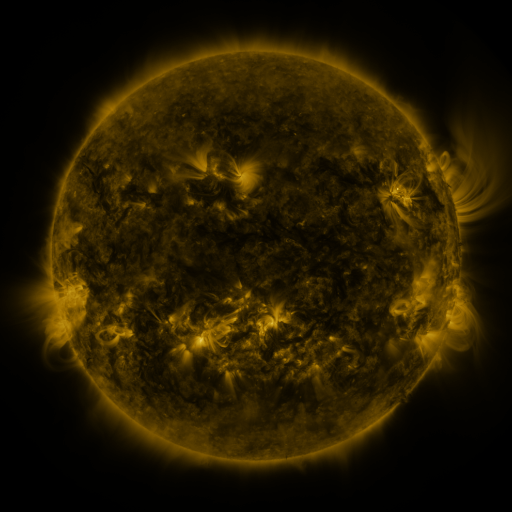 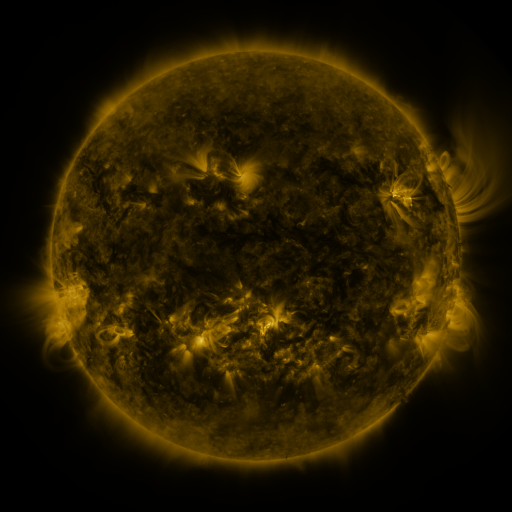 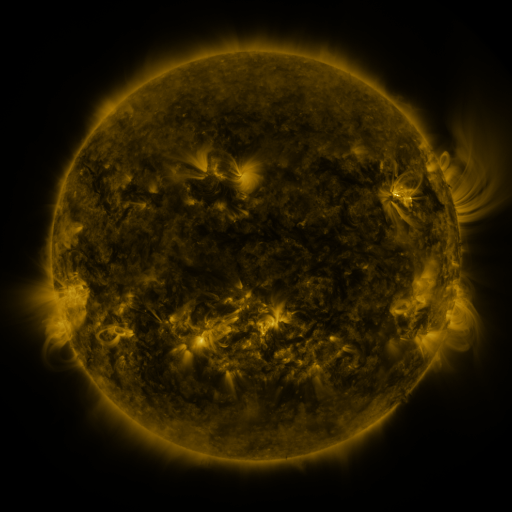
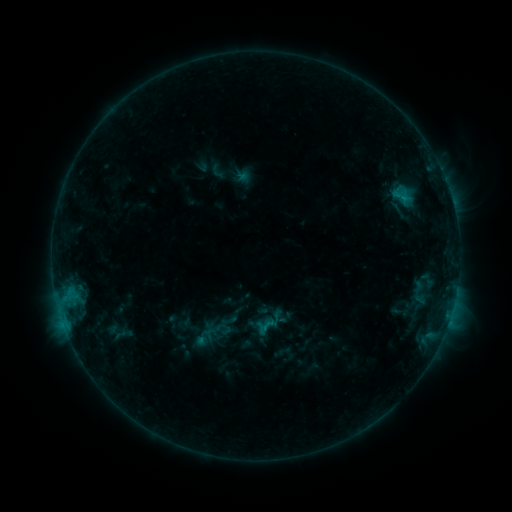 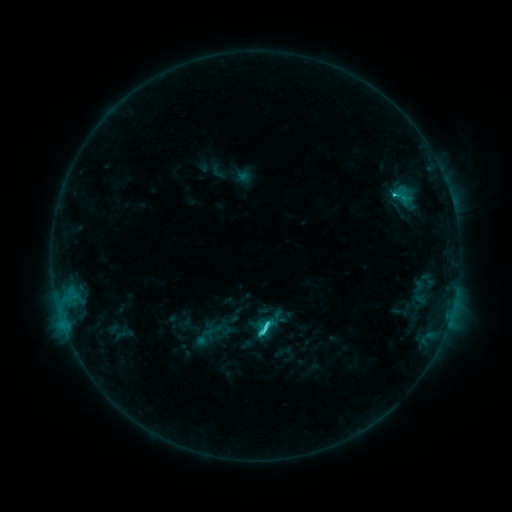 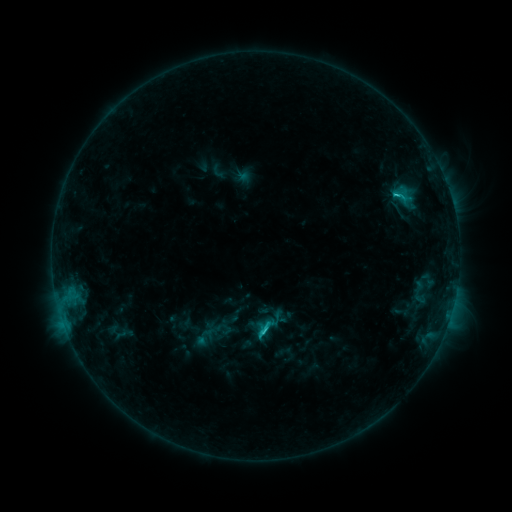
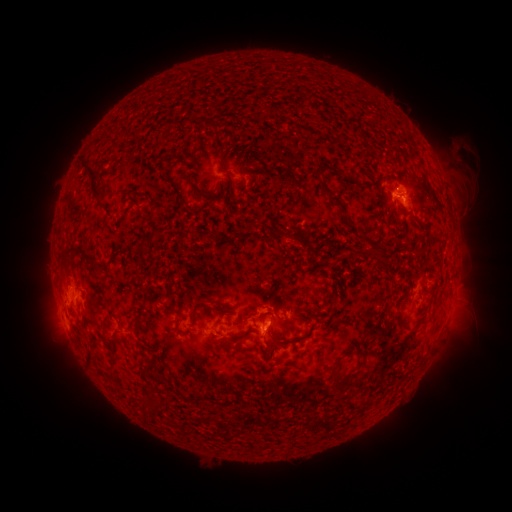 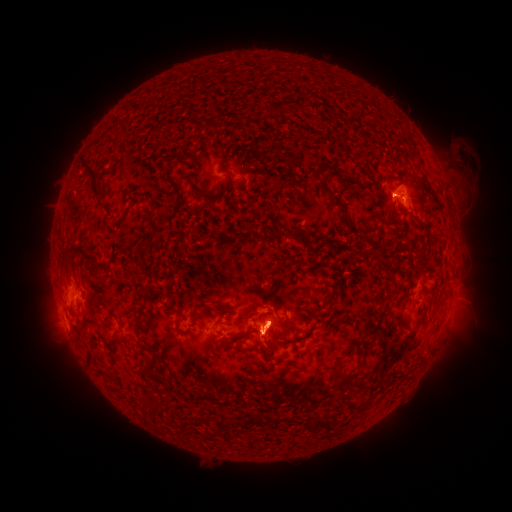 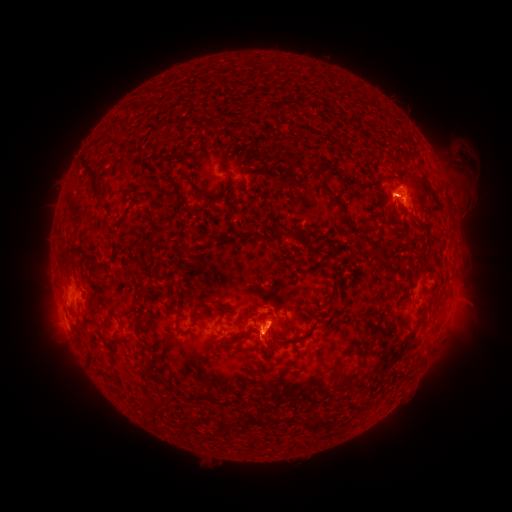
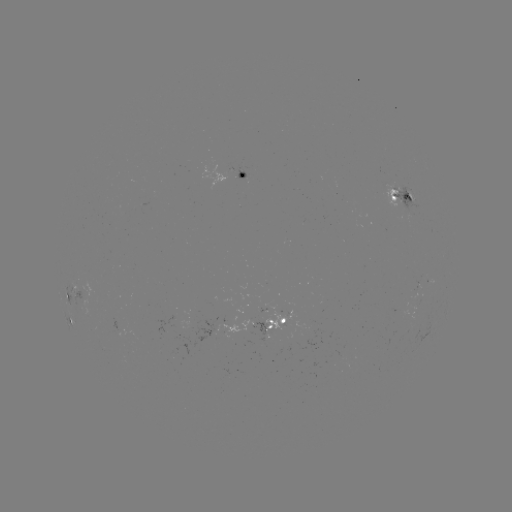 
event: flare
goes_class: C2.9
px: (266, 326)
